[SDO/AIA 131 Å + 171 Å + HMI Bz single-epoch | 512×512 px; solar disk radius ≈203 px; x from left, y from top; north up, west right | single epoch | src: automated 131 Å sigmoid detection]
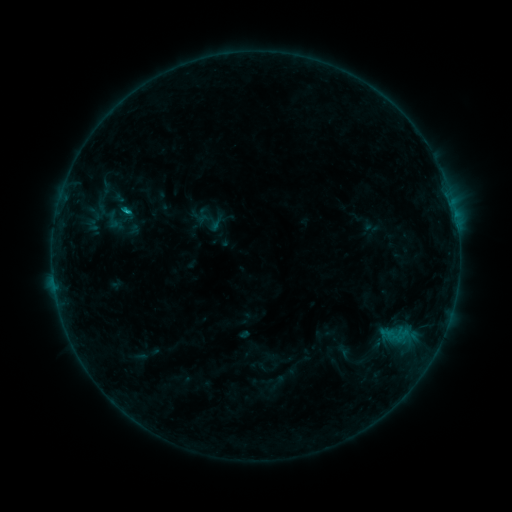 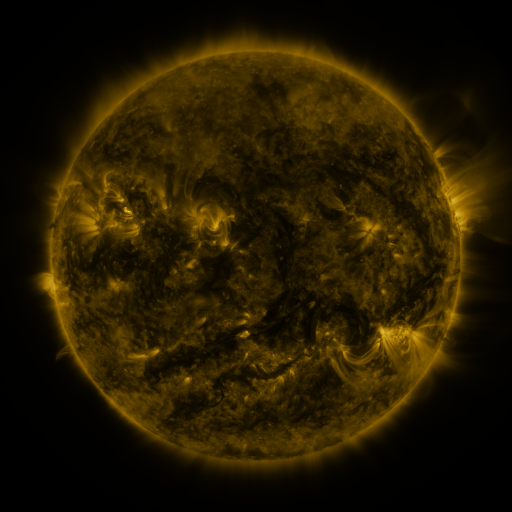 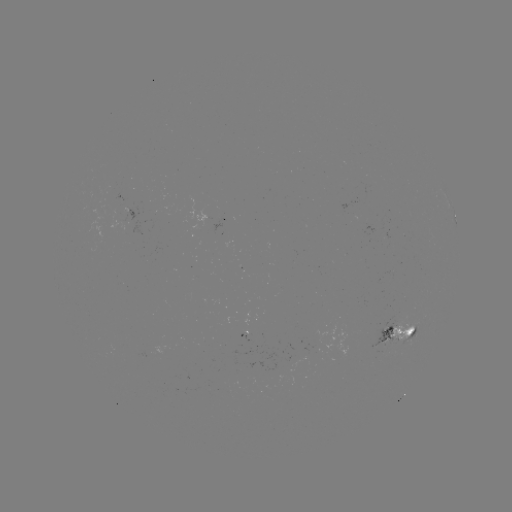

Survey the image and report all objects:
sigmoid: (120, 210)
sigmoid: (396, 336)
